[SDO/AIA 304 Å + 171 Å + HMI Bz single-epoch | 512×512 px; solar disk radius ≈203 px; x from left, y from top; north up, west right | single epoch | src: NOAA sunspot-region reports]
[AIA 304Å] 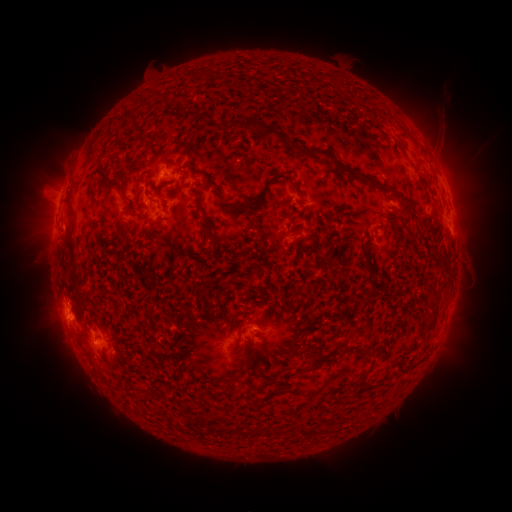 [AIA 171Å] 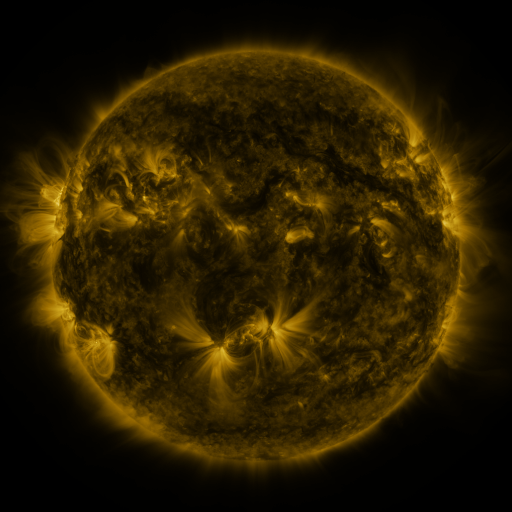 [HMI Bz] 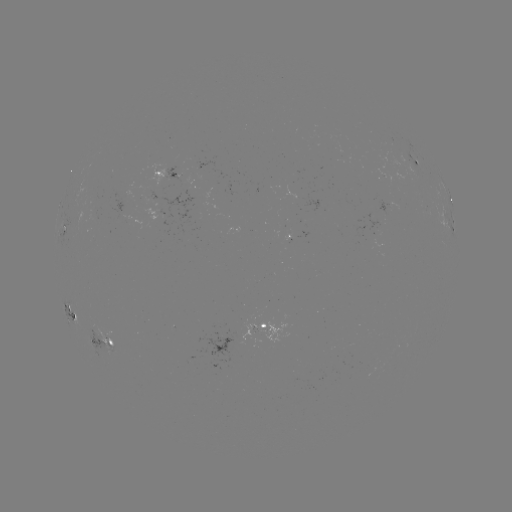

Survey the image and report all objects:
spotted active region: (419, 167)
spotted active region: (167, 173)
spotted active region: (451, 200)
spotted active region: (451, 226)
spotted active region: (60, 229)
spotted active region: (291, 236)
spotted active region: (67, 311)
spotted active region: (266, 327)
spotted active region: (107, 343)
